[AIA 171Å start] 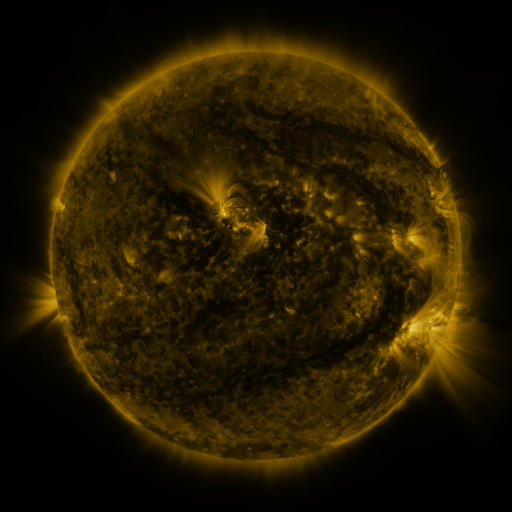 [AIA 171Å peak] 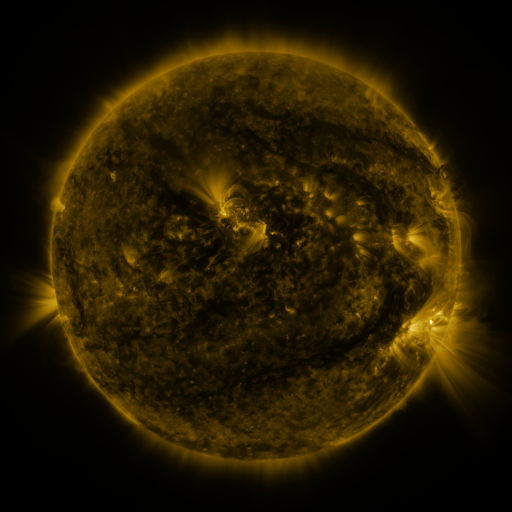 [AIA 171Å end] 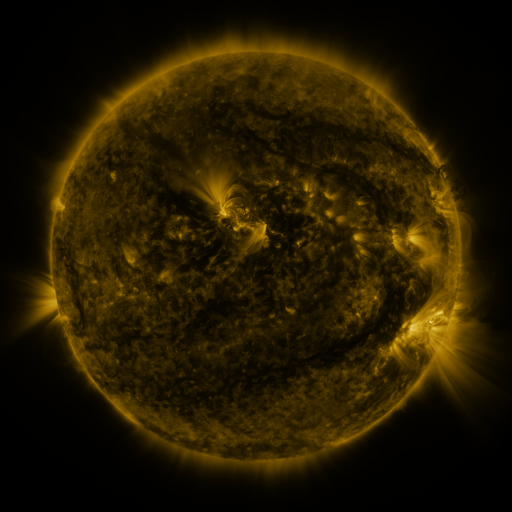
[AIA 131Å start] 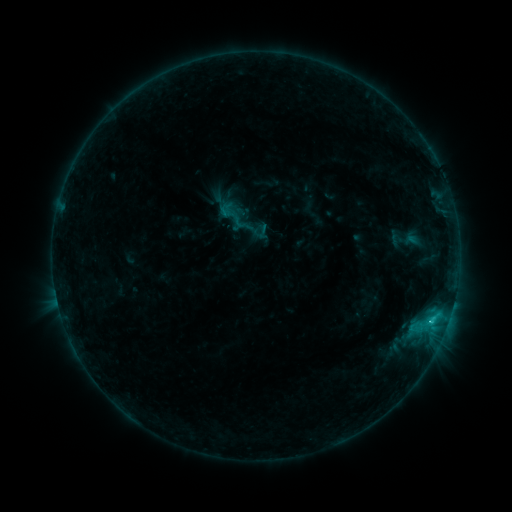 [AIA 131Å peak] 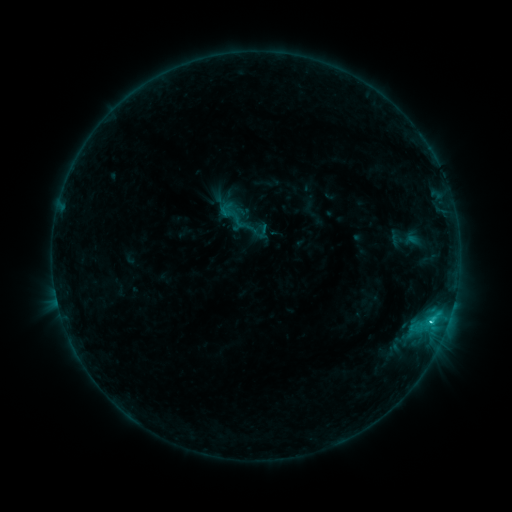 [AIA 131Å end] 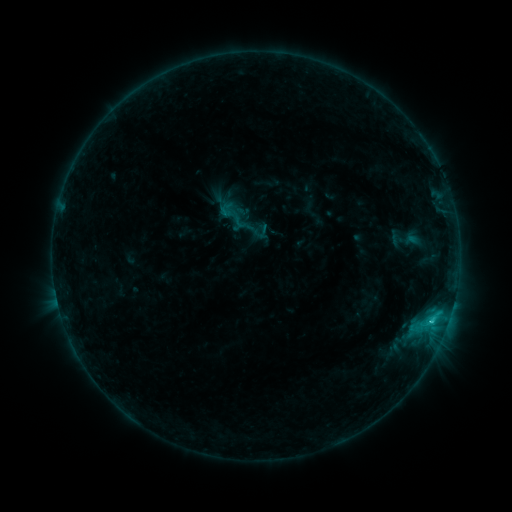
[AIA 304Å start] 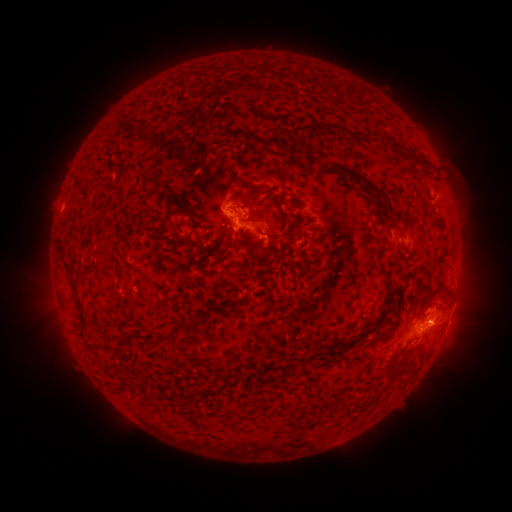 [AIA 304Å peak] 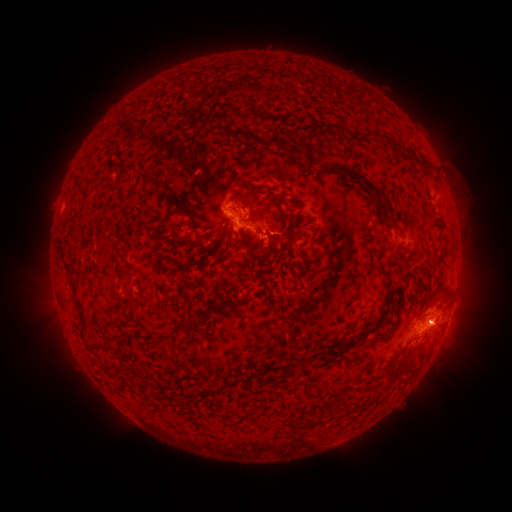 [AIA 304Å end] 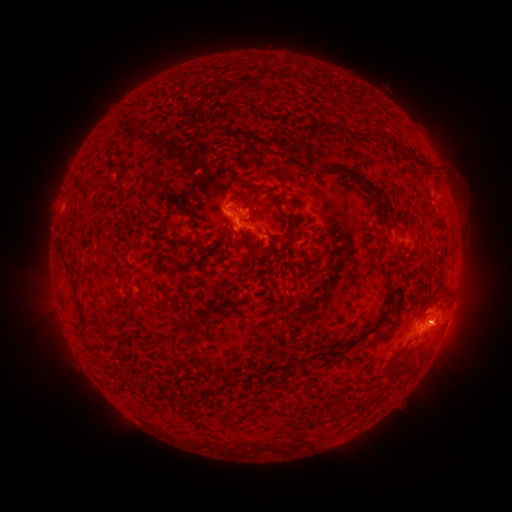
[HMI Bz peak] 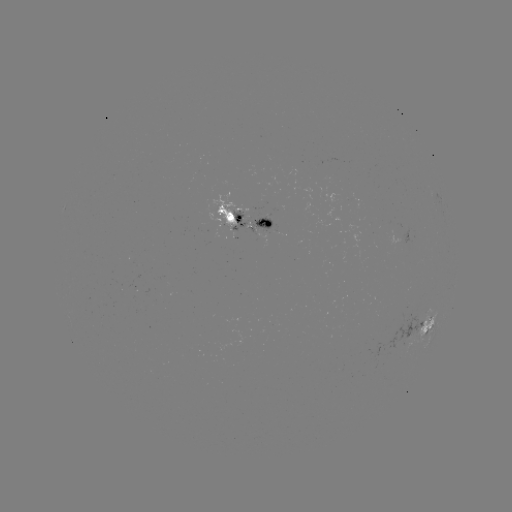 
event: flare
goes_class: C1.5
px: (432, 318)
